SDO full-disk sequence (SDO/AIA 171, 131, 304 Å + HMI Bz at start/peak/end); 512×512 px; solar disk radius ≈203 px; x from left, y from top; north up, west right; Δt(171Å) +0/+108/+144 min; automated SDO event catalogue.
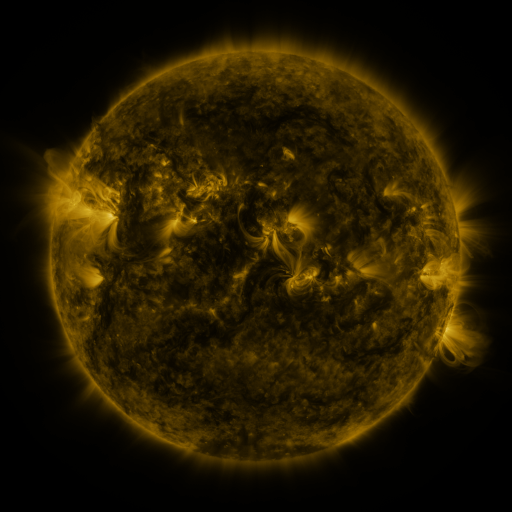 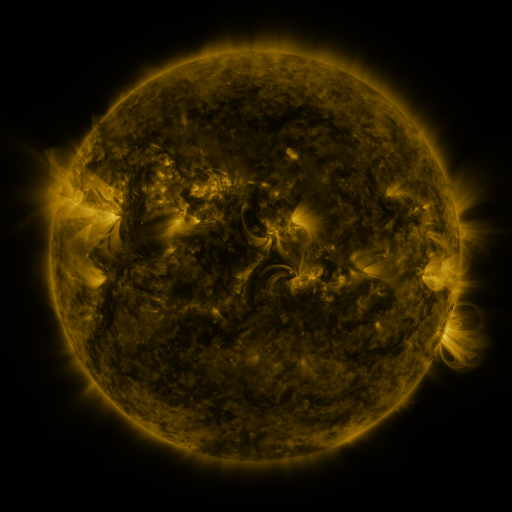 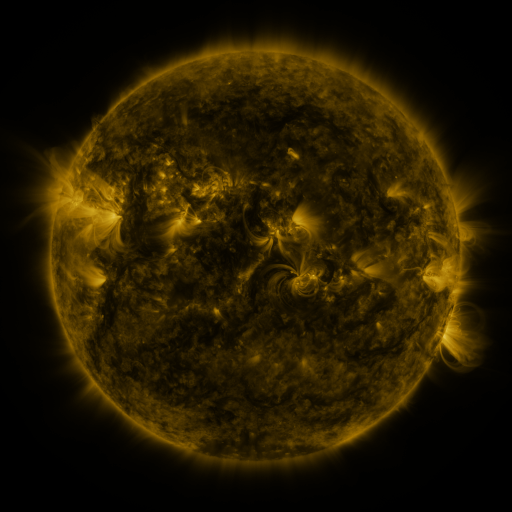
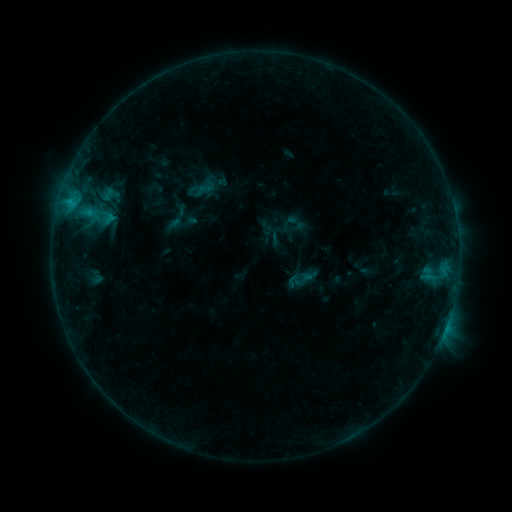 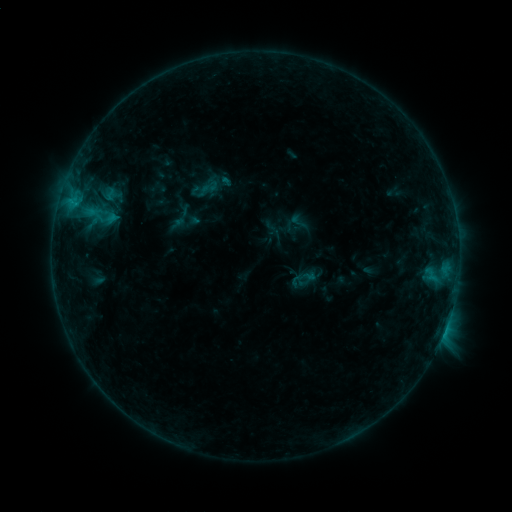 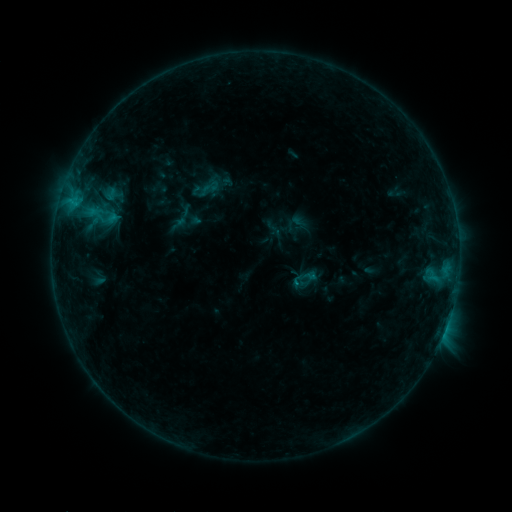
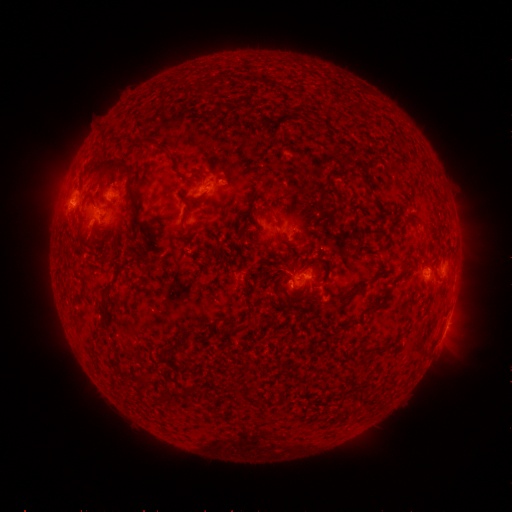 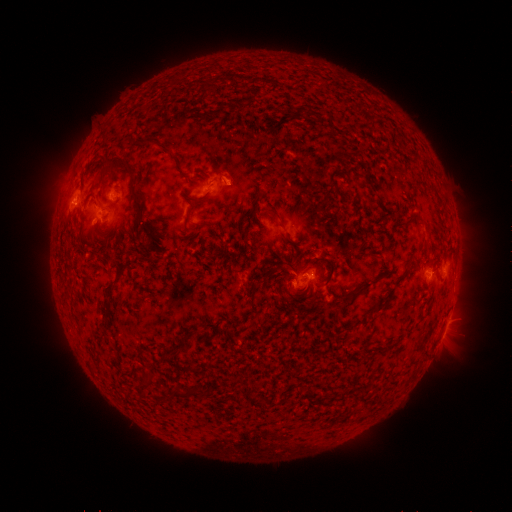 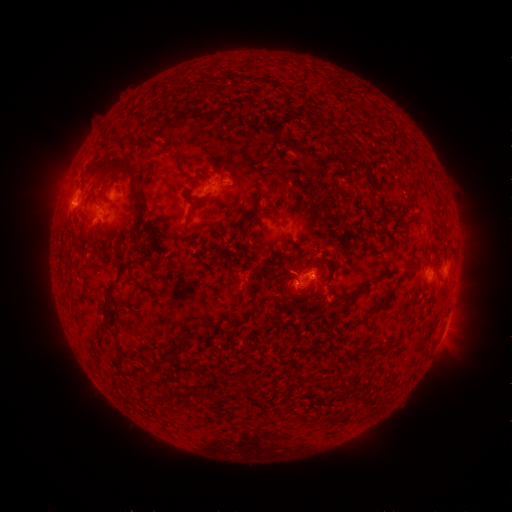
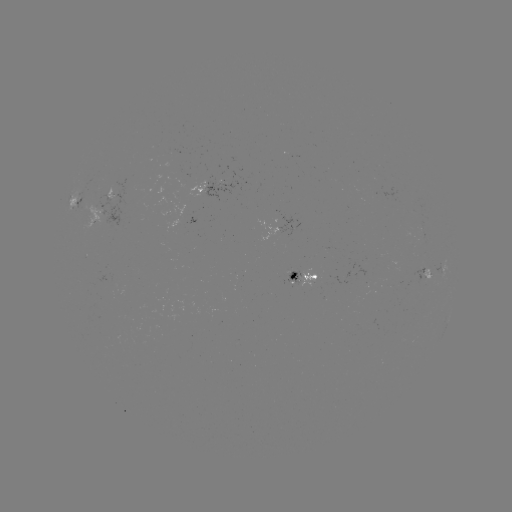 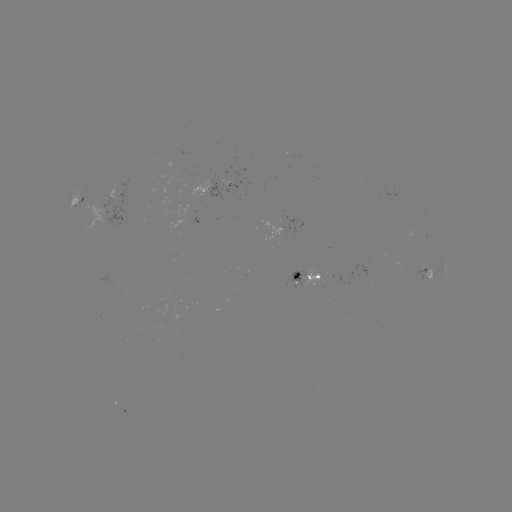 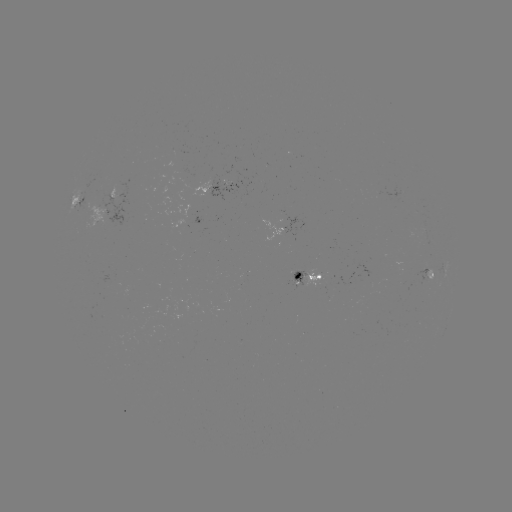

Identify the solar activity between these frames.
emerging-flux region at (426, 259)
